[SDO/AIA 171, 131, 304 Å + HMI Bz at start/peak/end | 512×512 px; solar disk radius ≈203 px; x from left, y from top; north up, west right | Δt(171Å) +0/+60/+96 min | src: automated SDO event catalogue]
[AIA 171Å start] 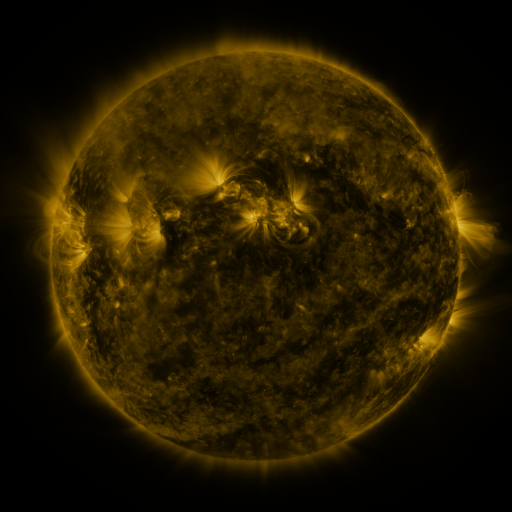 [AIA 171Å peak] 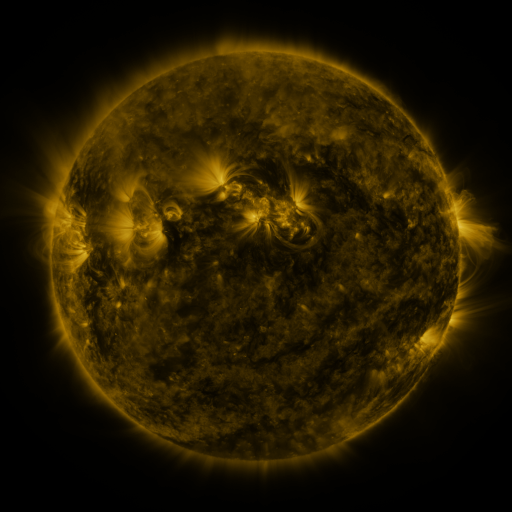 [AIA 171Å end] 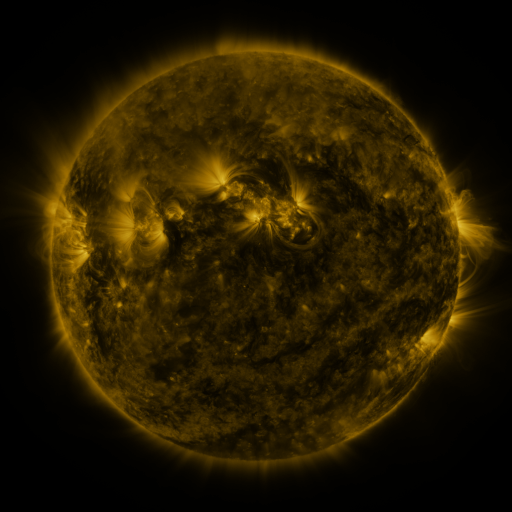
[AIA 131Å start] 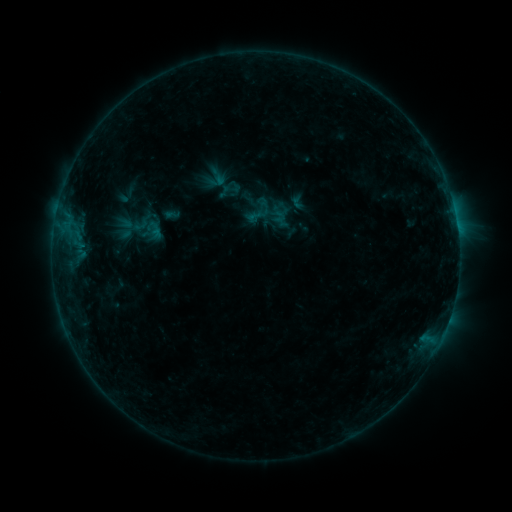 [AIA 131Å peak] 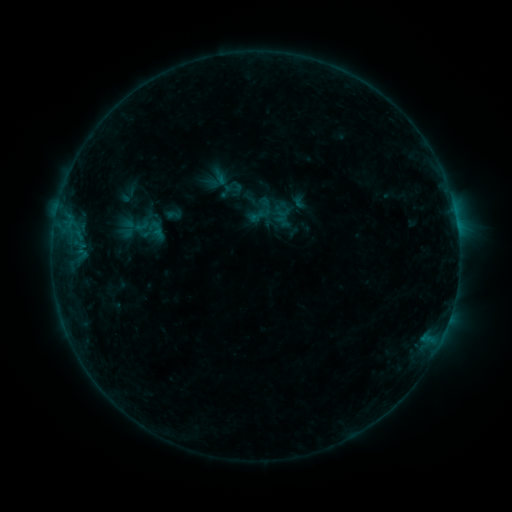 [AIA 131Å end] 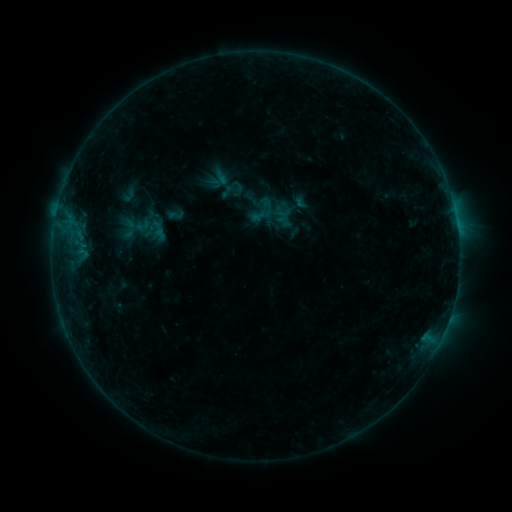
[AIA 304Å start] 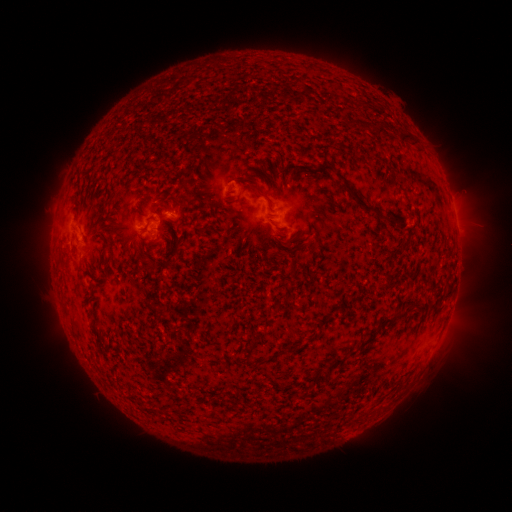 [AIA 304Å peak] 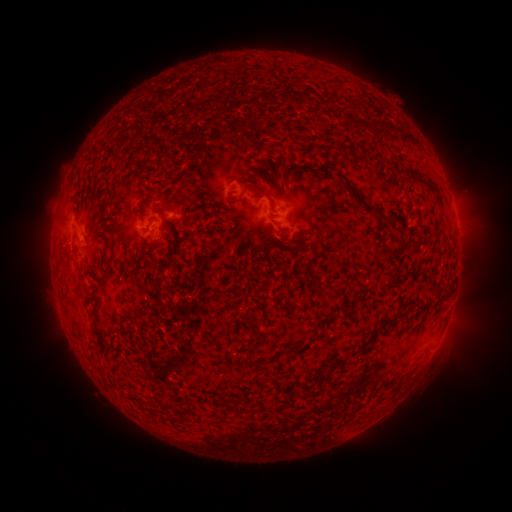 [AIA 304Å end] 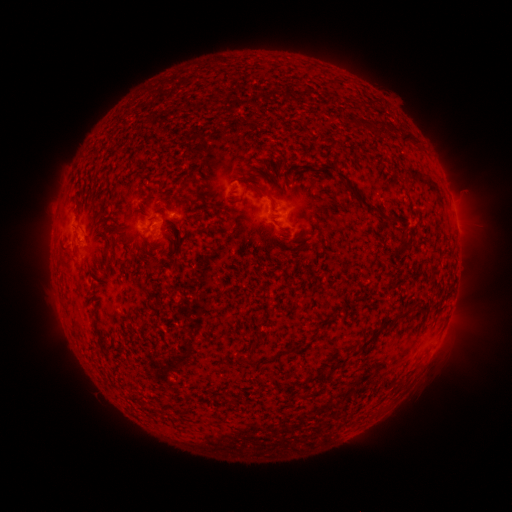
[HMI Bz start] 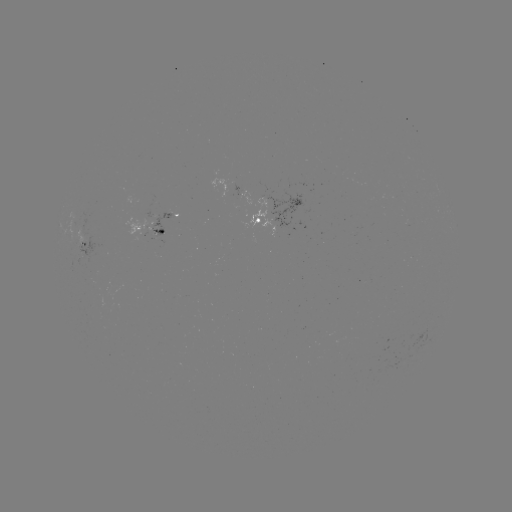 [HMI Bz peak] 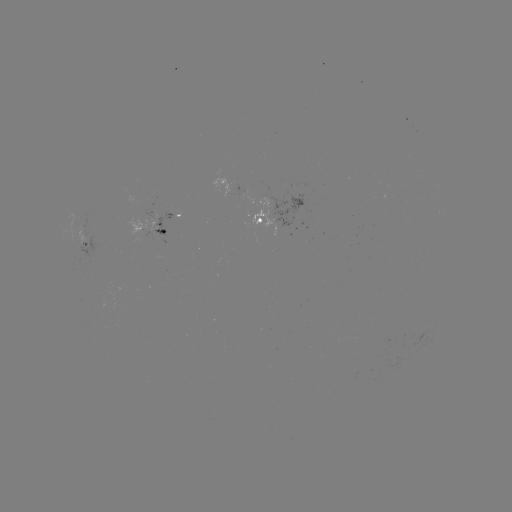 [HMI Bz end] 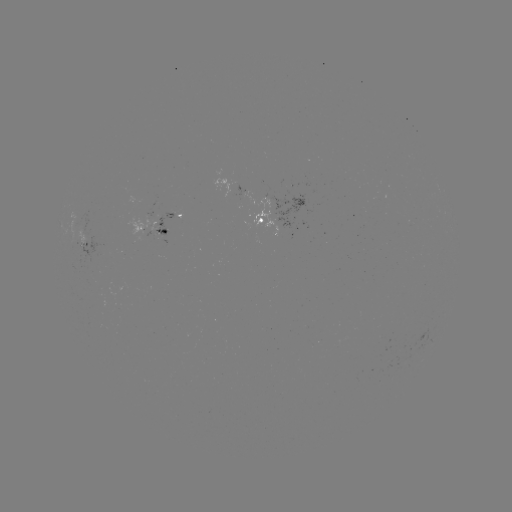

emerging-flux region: [149, 205, 157, 215]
